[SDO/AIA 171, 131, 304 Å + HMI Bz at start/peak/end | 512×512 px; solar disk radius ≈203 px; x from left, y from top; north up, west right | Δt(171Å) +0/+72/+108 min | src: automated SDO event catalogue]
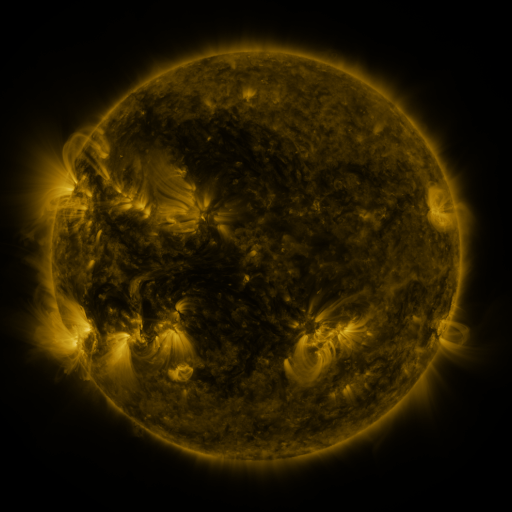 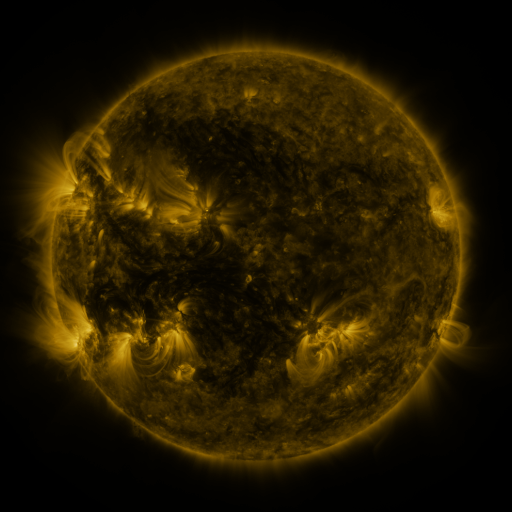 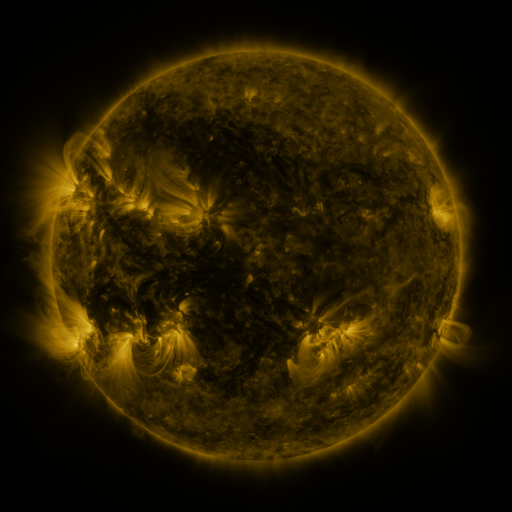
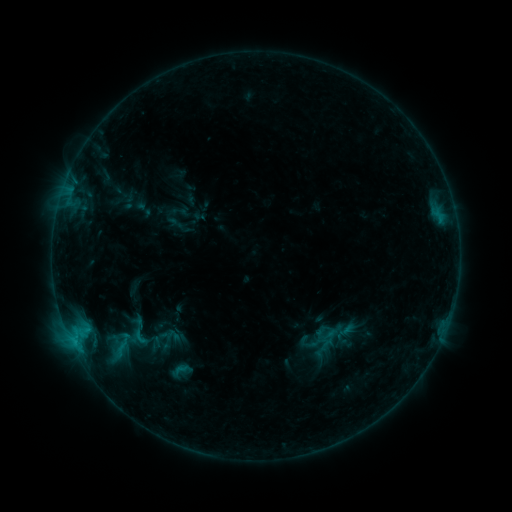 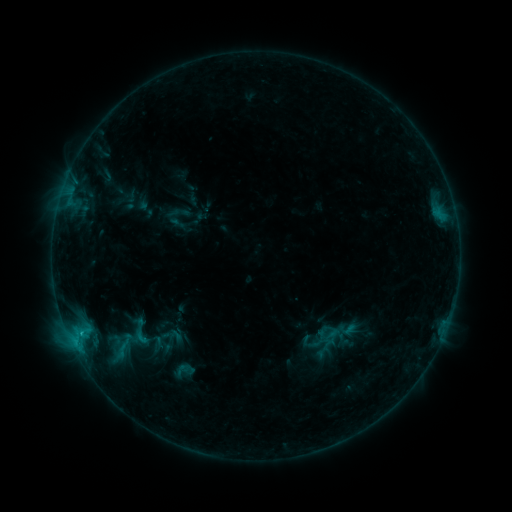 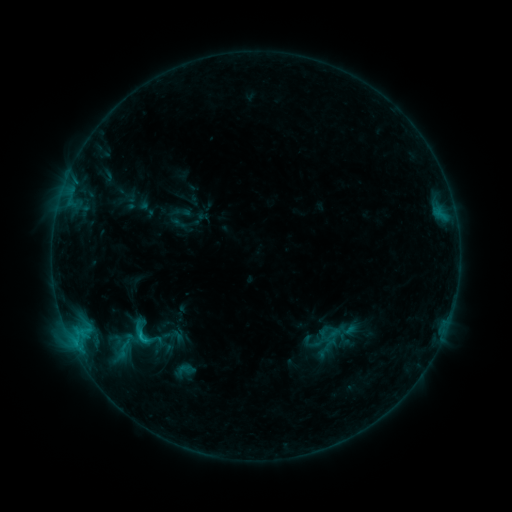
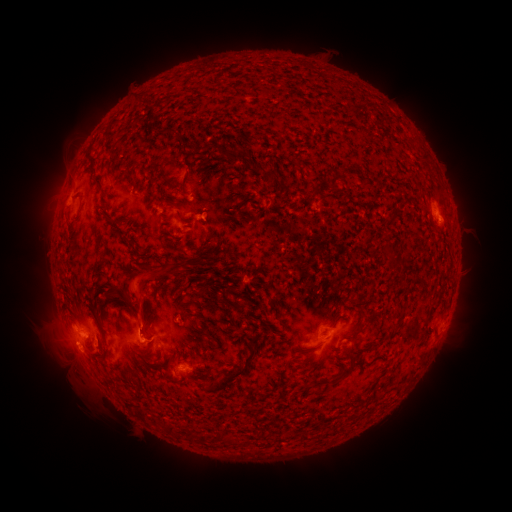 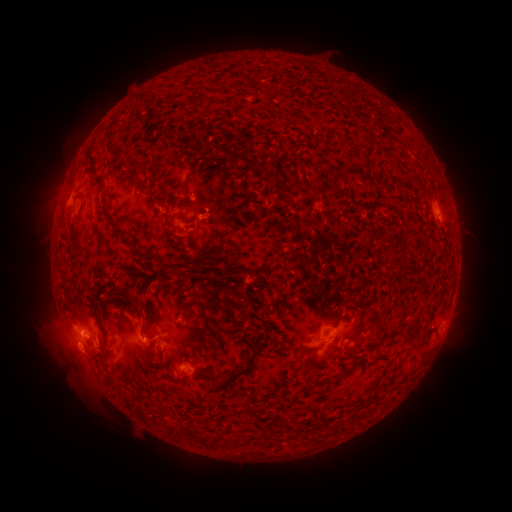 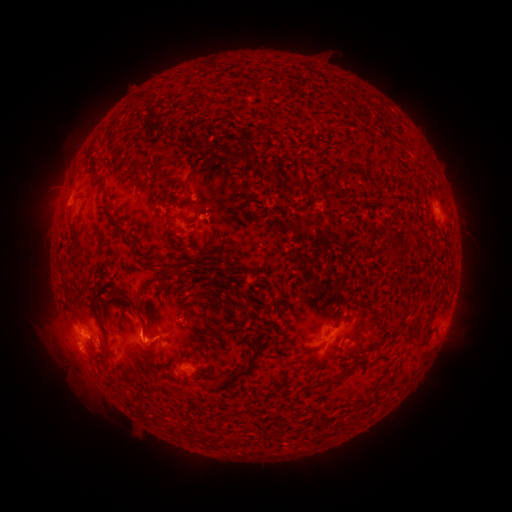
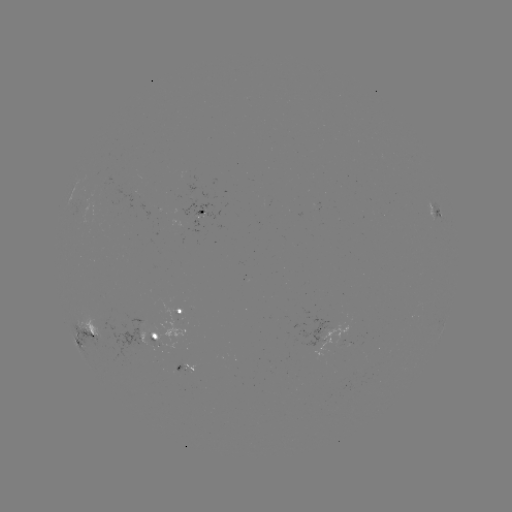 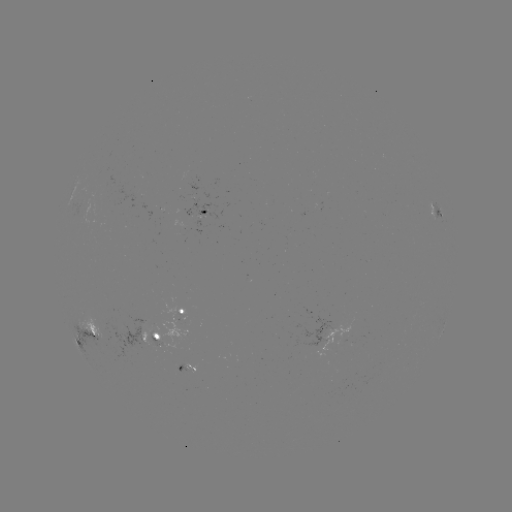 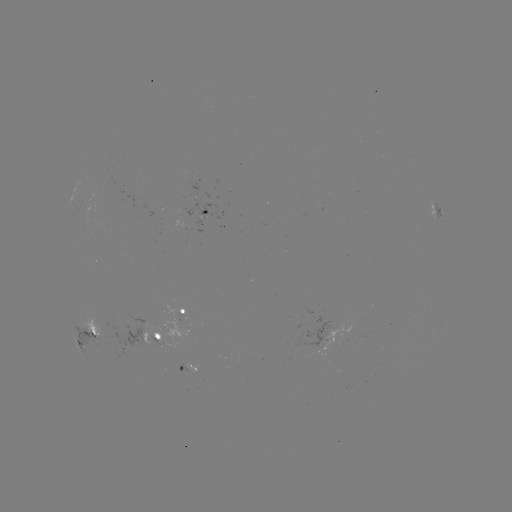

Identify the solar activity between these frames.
emerging-flux region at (204, 212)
